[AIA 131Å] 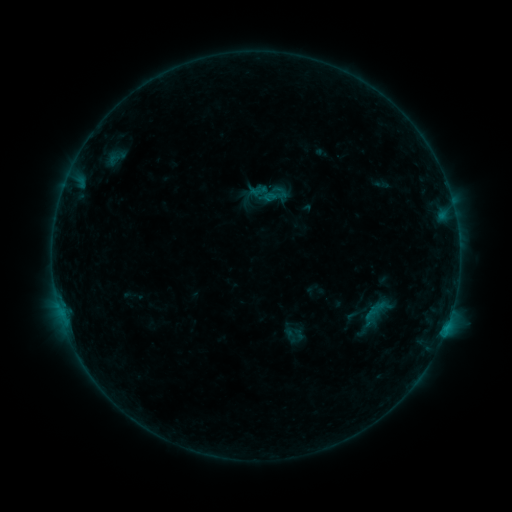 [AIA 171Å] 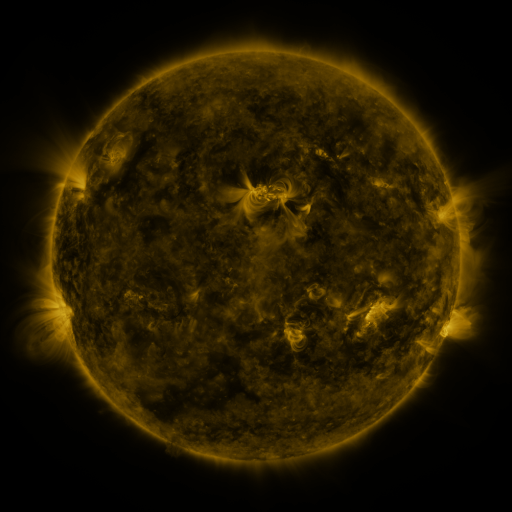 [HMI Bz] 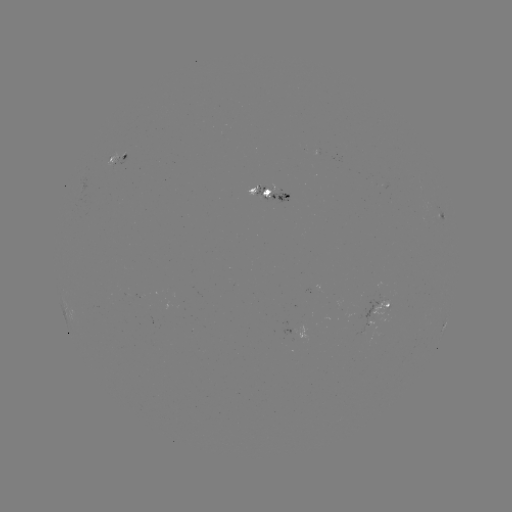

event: sigmoid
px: (269, 194)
